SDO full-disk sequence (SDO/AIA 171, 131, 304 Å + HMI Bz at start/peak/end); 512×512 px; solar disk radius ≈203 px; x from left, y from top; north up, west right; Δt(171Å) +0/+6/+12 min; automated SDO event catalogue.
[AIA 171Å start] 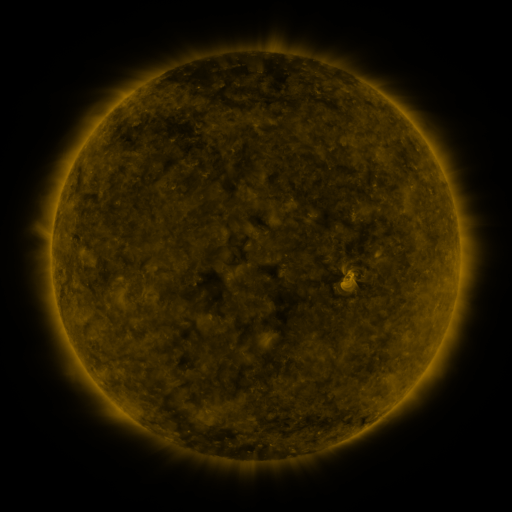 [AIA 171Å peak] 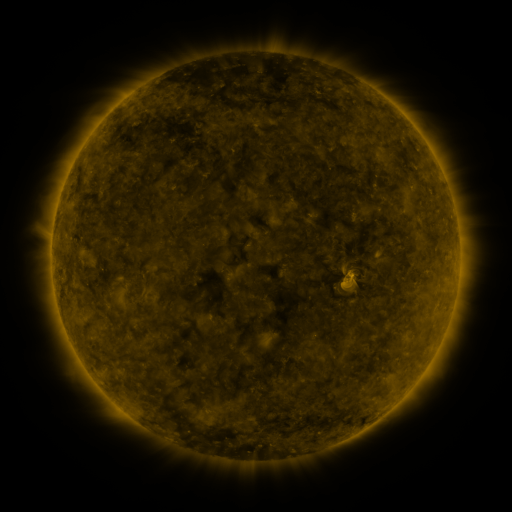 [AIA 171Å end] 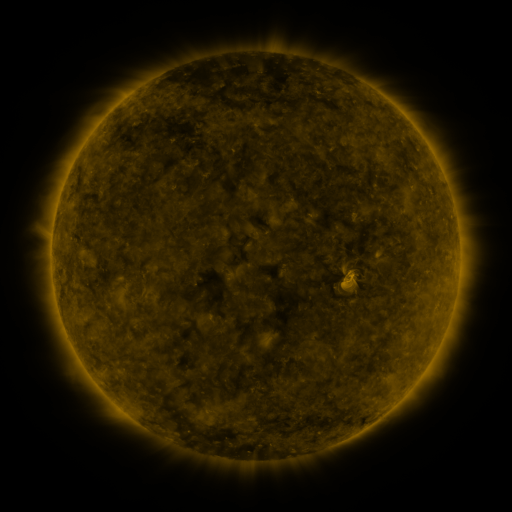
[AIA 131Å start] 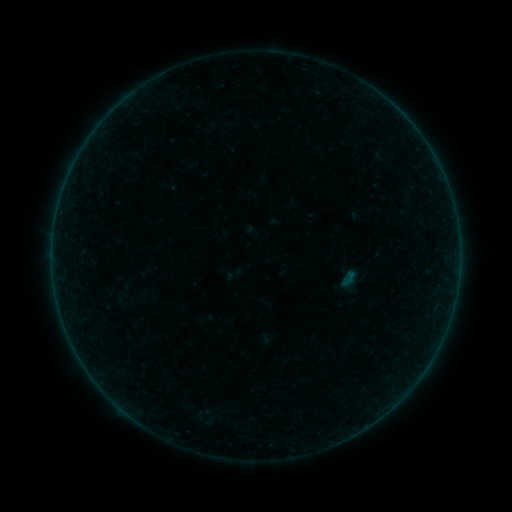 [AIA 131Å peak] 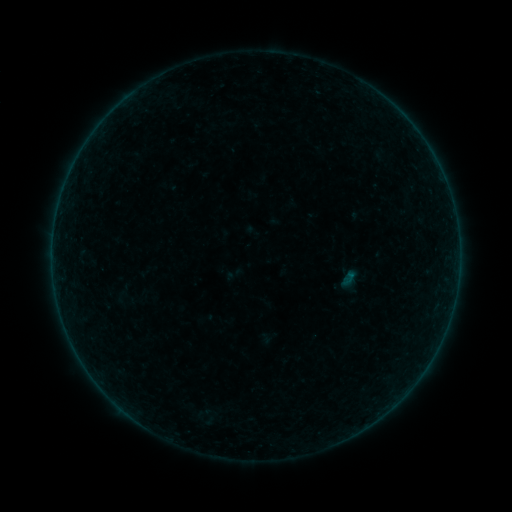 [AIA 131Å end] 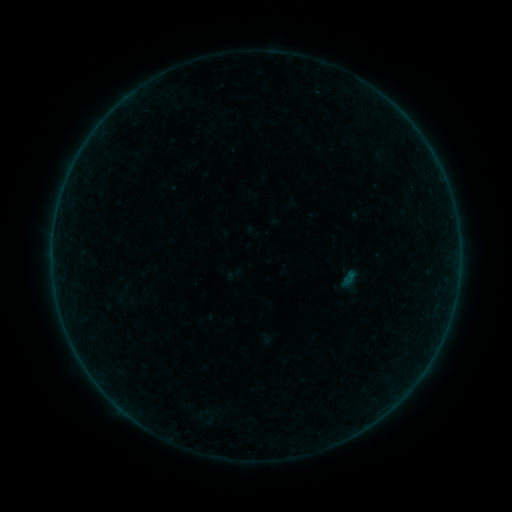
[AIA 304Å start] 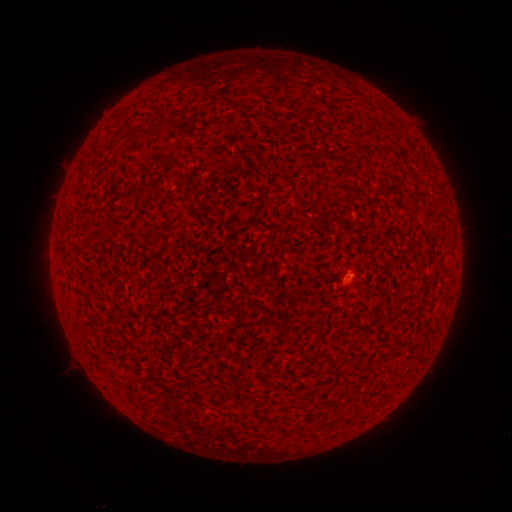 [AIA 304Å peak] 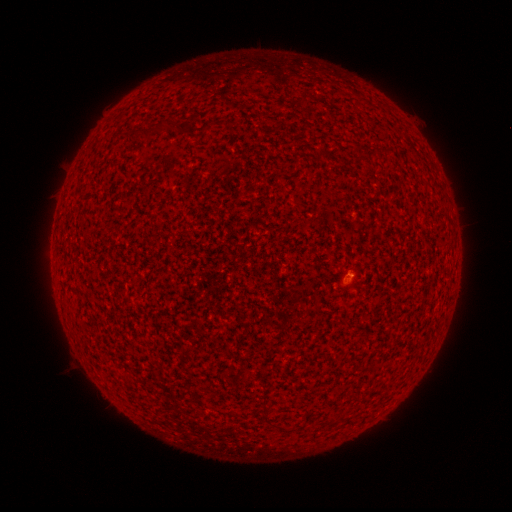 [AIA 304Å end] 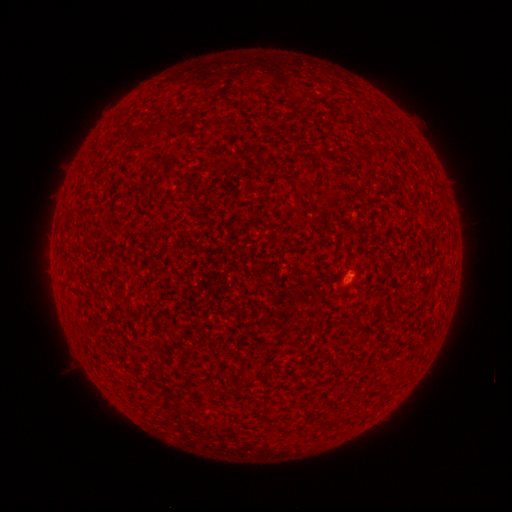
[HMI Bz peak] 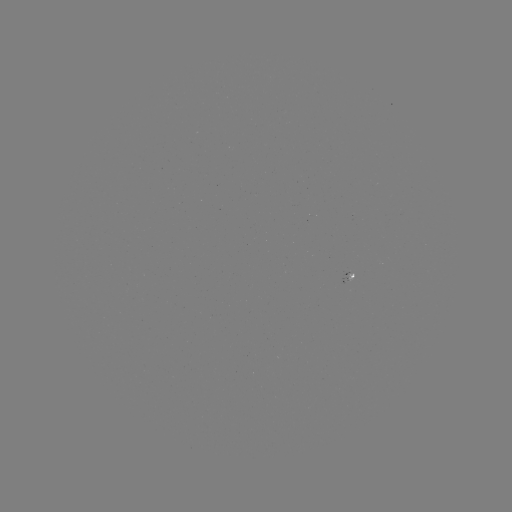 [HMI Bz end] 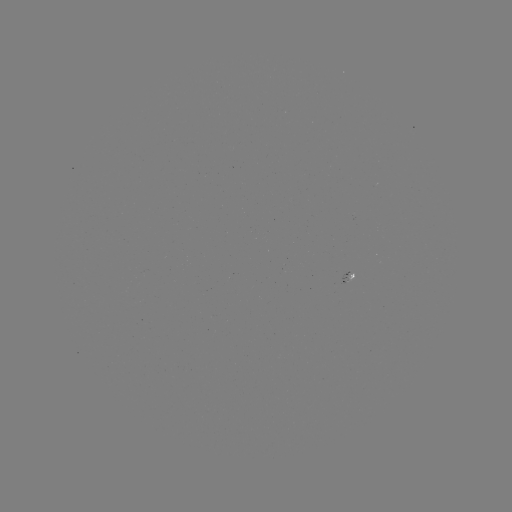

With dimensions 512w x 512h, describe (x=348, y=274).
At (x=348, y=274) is A3.7 flare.